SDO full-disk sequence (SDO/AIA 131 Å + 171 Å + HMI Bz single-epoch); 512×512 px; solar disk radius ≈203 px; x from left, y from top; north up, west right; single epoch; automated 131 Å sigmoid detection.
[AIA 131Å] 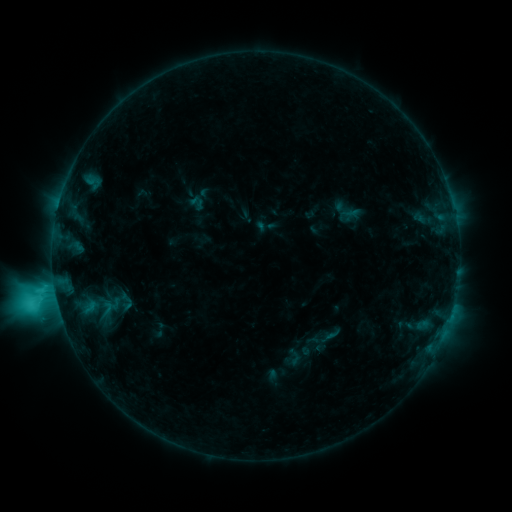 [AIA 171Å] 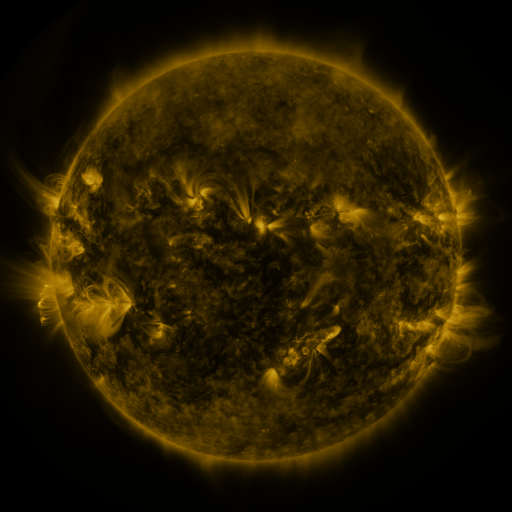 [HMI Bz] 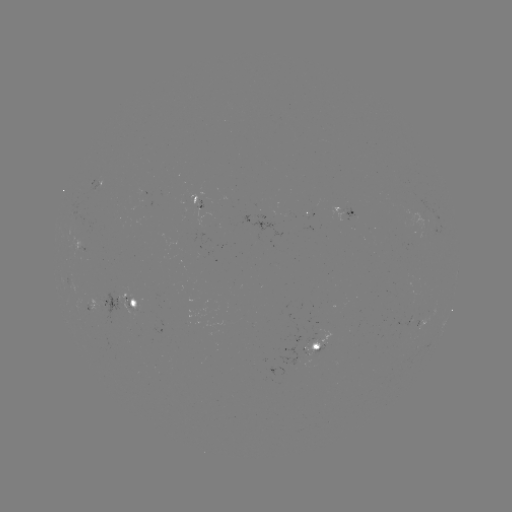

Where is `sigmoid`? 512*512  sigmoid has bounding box [115, 290, 138, 313].